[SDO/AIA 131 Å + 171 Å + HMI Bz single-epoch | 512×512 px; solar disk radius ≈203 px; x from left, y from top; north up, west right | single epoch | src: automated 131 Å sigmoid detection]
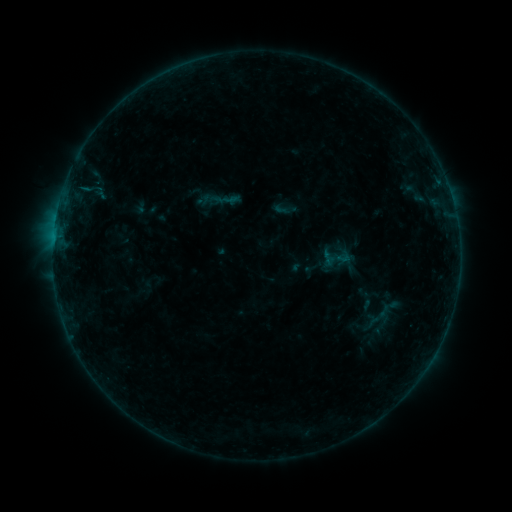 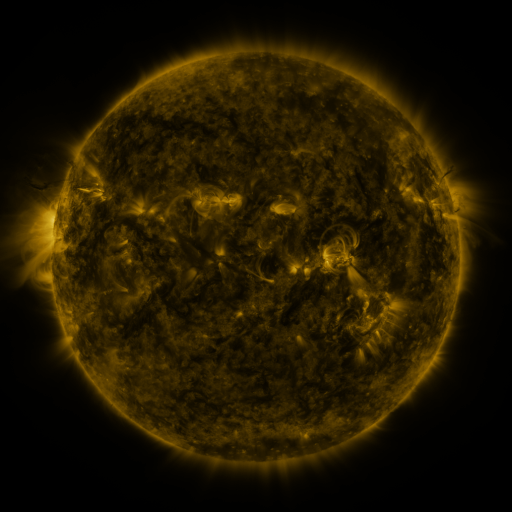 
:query sigmoid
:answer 283,208